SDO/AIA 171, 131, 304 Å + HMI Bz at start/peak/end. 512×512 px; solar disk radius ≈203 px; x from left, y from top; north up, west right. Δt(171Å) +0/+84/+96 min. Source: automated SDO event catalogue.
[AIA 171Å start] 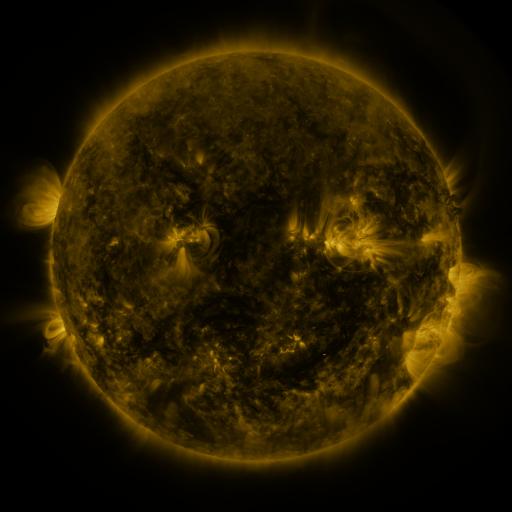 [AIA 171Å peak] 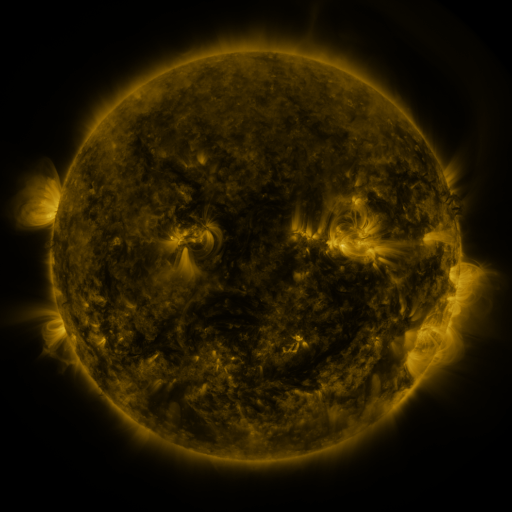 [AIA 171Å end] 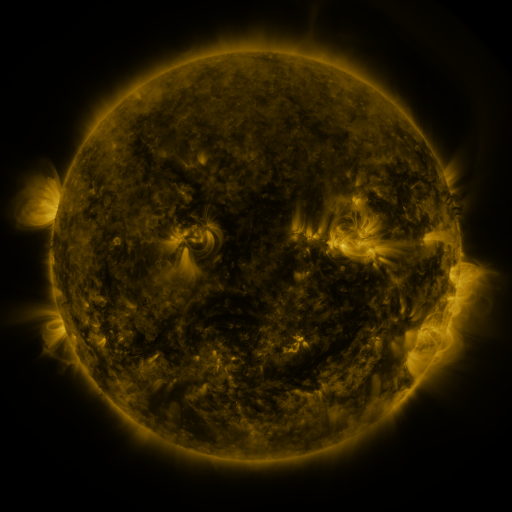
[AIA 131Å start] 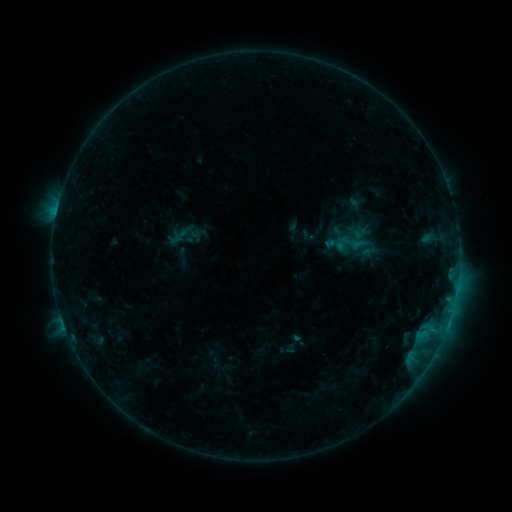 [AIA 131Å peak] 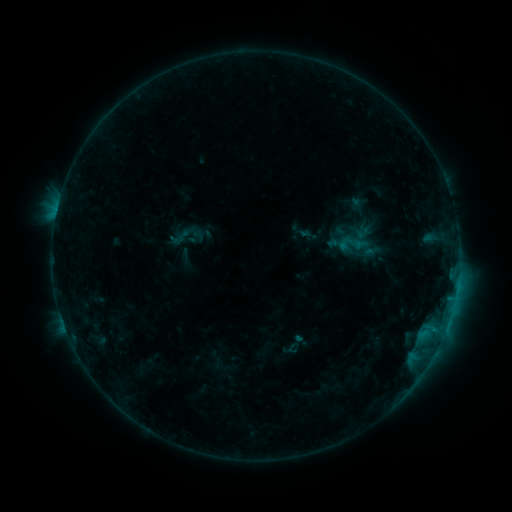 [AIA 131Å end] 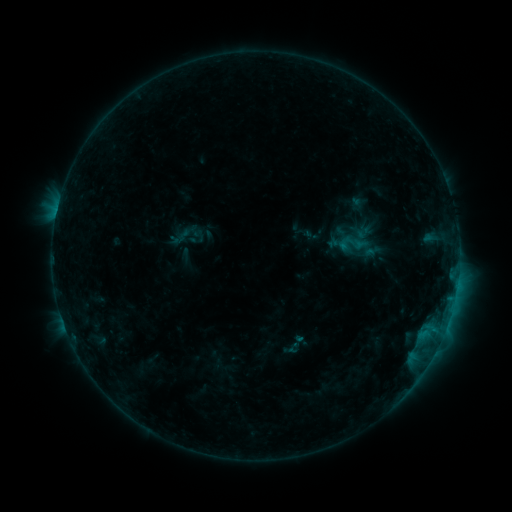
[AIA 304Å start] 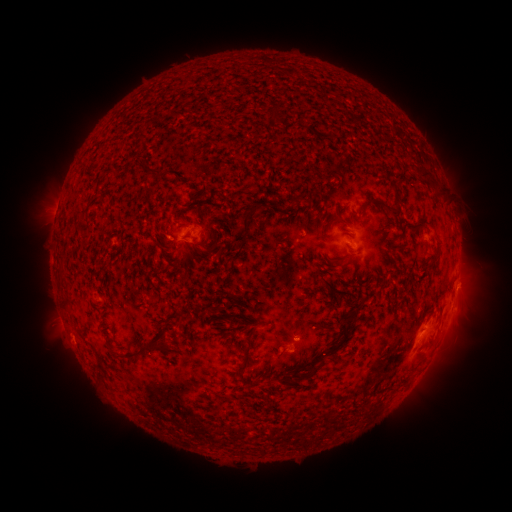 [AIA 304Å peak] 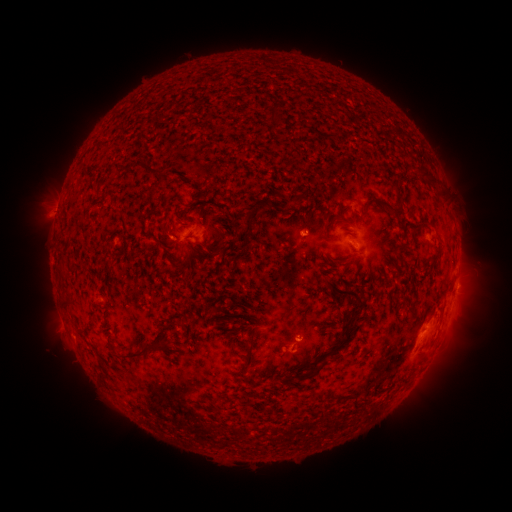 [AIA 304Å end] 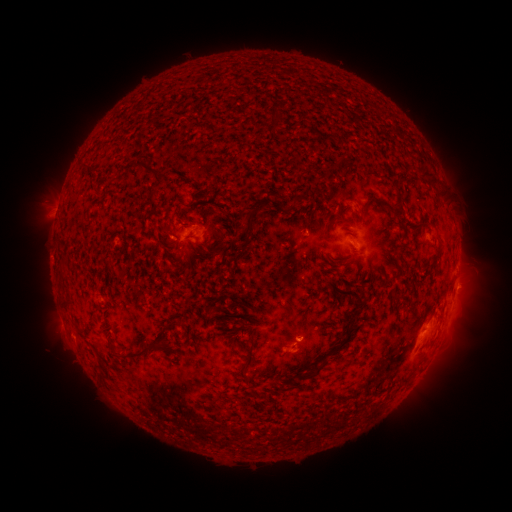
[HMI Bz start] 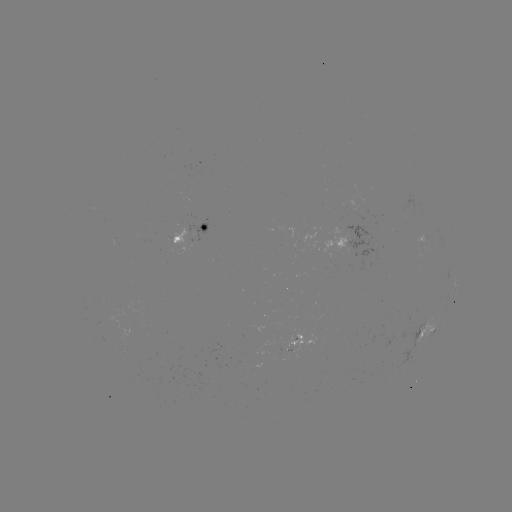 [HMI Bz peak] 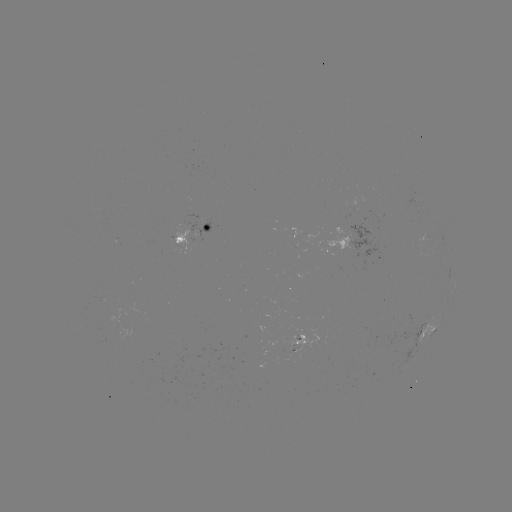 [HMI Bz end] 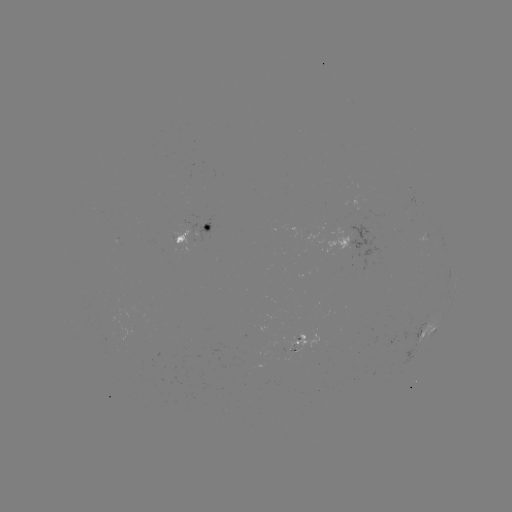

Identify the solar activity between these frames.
emerging-flux region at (298, 342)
